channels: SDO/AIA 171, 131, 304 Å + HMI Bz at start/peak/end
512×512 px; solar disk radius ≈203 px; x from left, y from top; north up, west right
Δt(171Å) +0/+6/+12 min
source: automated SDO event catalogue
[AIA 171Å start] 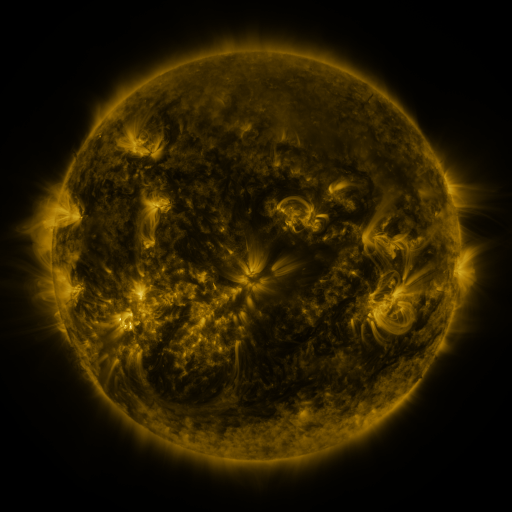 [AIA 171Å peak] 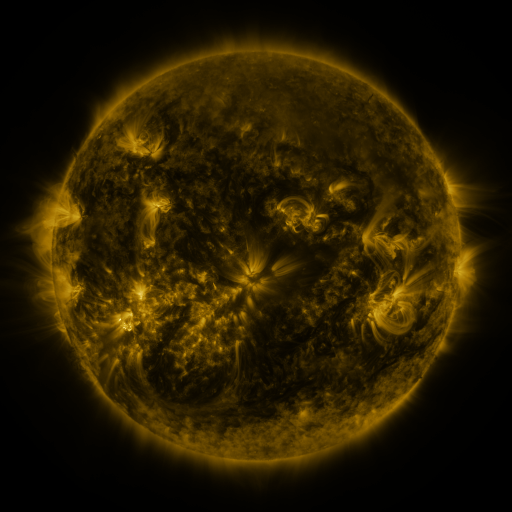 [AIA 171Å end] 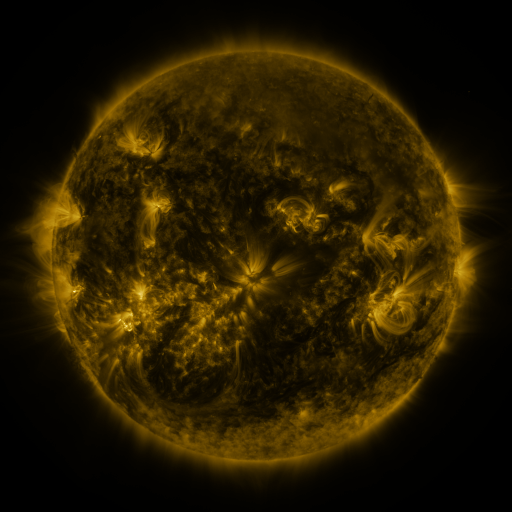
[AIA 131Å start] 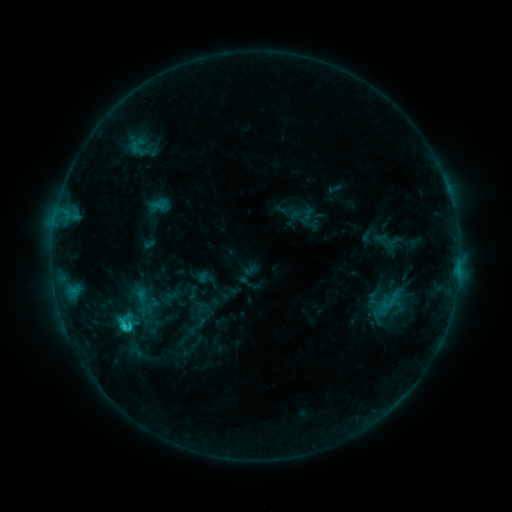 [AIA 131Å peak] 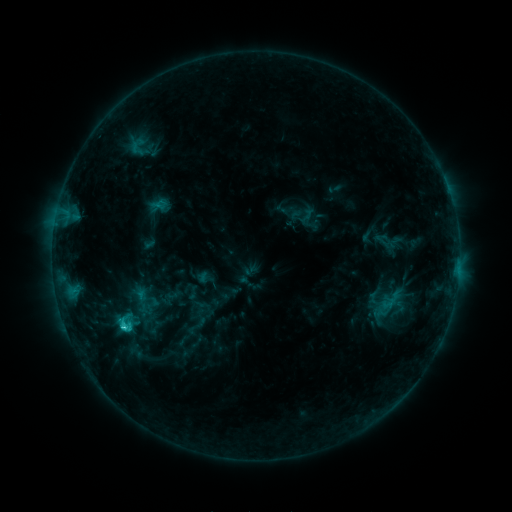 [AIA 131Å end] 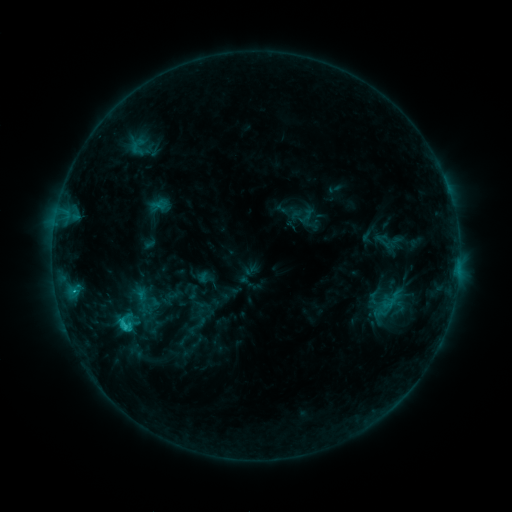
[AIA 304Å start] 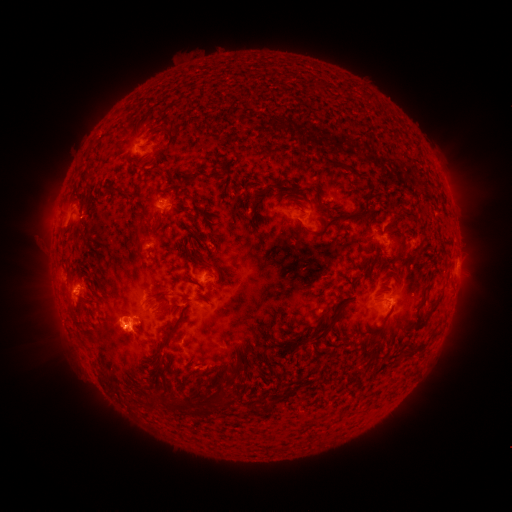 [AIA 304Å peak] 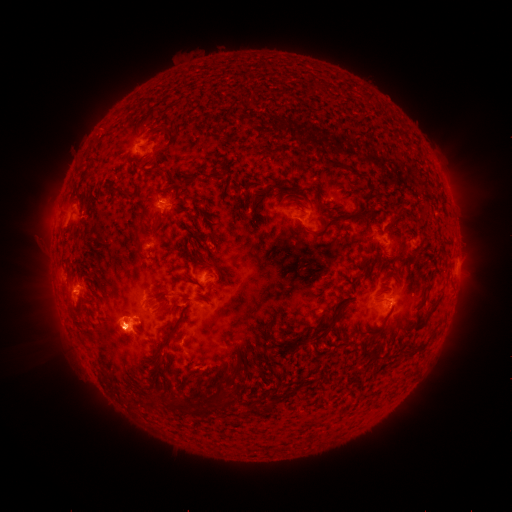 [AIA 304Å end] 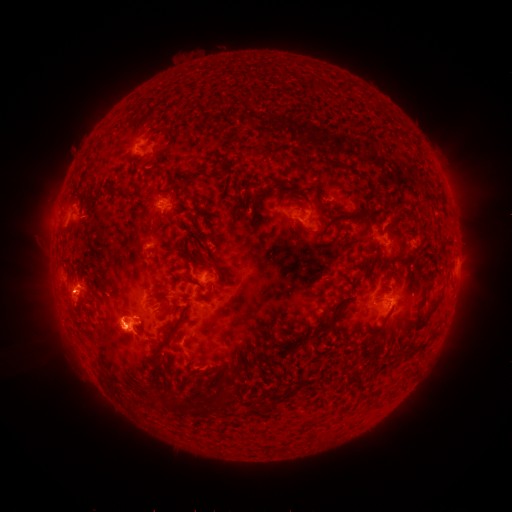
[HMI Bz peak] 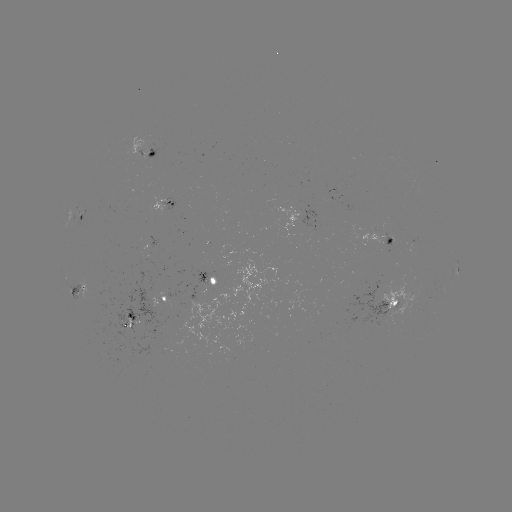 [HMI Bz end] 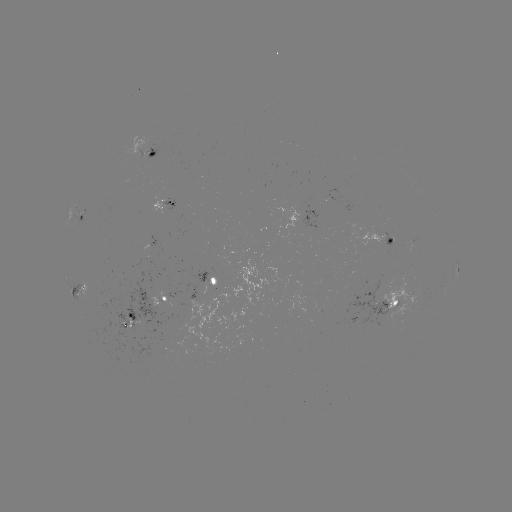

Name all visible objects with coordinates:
C4.0 flare: (126, 326)
